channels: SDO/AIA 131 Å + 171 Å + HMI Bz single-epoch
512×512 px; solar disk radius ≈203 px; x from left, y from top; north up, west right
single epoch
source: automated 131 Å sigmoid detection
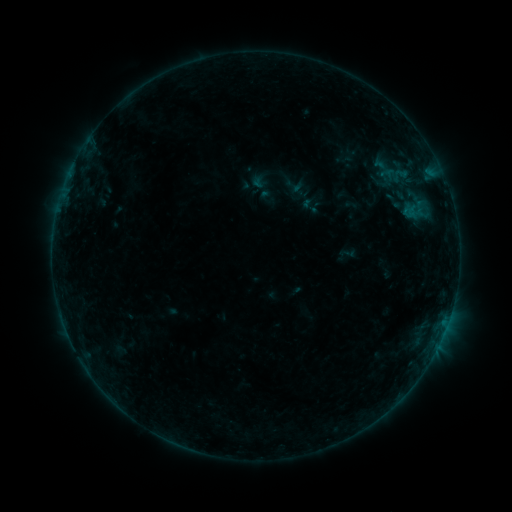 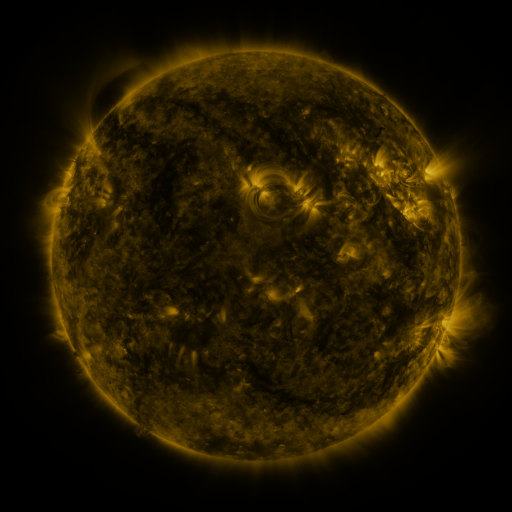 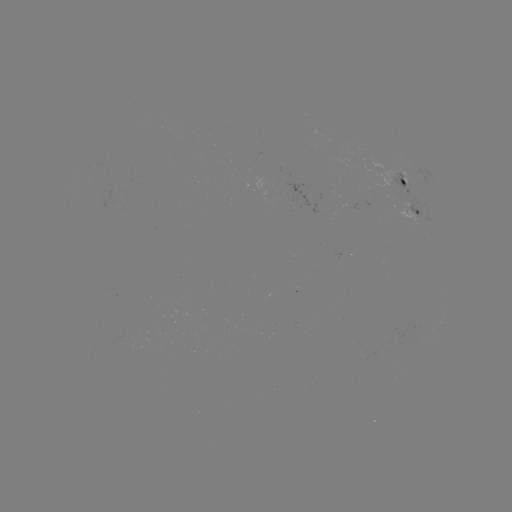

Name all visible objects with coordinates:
sigmoid: (394, 201)
sigmoid: (311, 206)
